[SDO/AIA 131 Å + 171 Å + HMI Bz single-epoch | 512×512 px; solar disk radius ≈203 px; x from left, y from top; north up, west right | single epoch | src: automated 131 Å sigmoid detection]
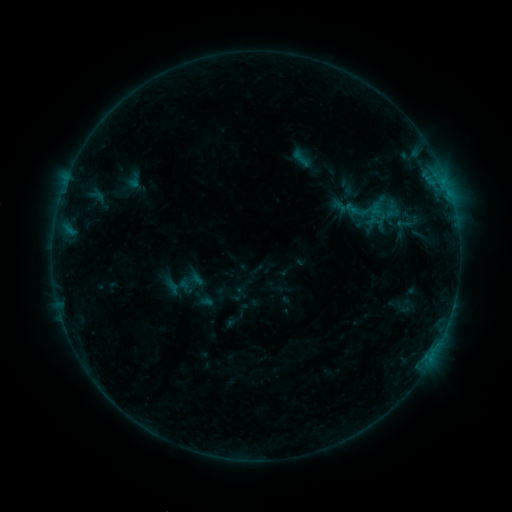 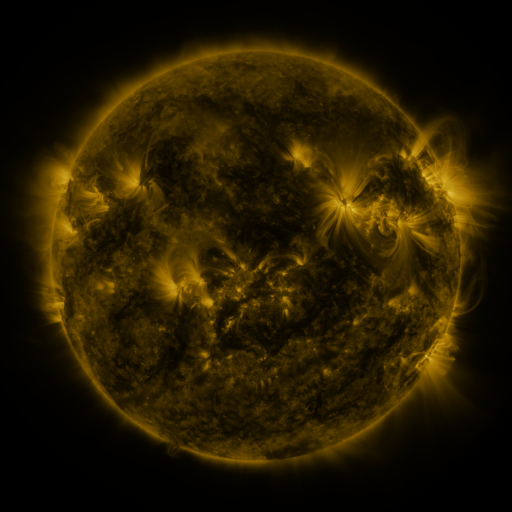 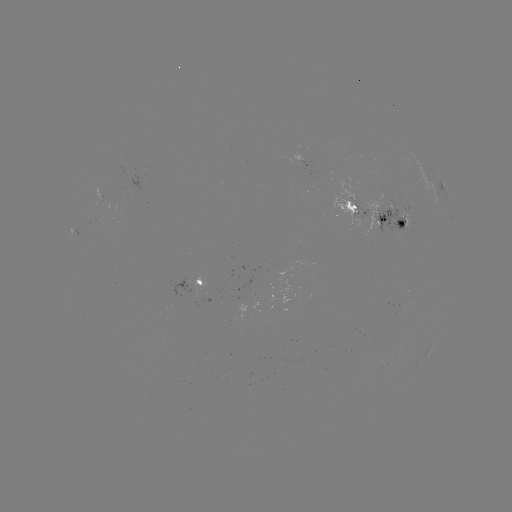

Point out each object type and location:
sigmoid: (289, 148, 317, 171)
sigmoid: (353, 207, 374, 227)
sigmoid: (392, 208, 421, 237)
